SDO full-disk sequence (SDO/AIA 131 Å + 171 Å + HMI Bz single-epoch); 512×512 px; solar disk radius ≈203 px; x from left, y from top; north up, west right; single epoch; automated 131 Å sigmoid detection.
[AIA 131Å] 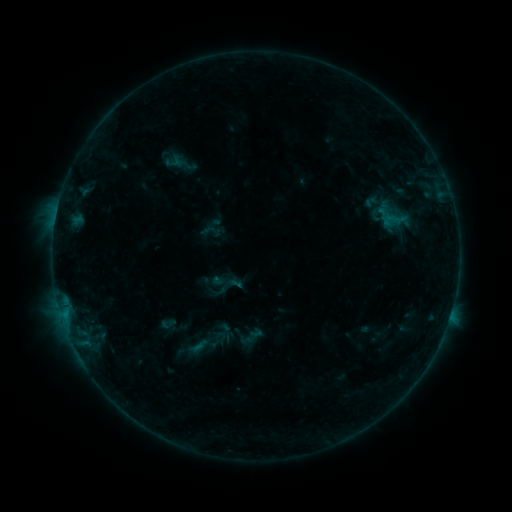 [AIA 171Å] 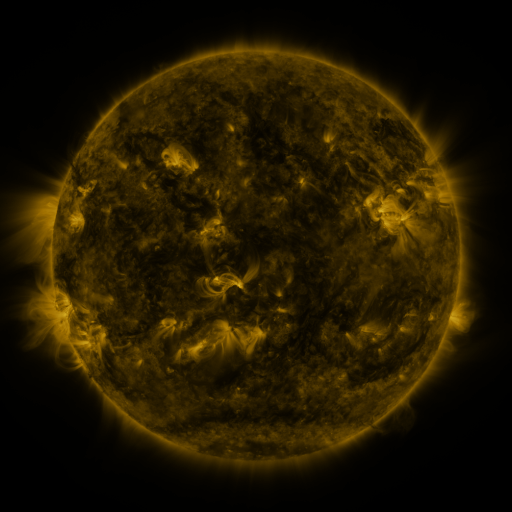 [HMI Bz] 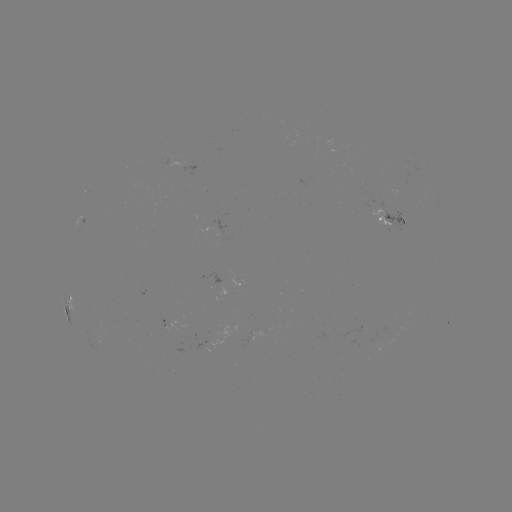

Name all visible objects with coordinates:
sigmoid: (392, 215)
sigmoid: (226, 287)
